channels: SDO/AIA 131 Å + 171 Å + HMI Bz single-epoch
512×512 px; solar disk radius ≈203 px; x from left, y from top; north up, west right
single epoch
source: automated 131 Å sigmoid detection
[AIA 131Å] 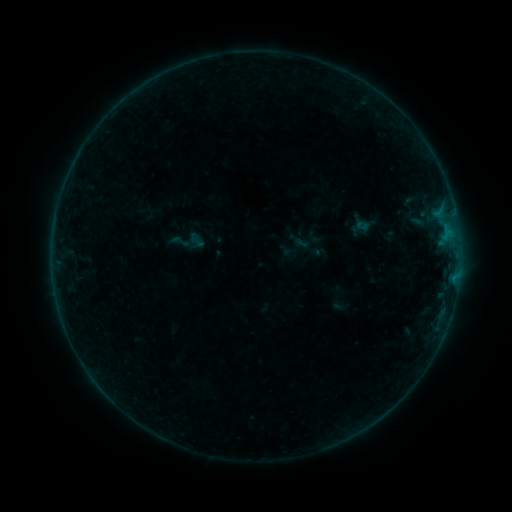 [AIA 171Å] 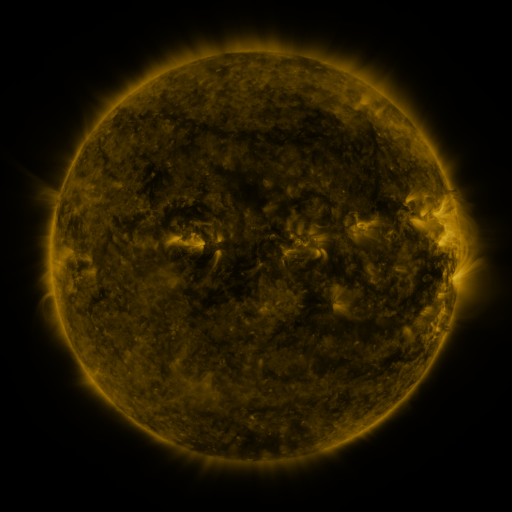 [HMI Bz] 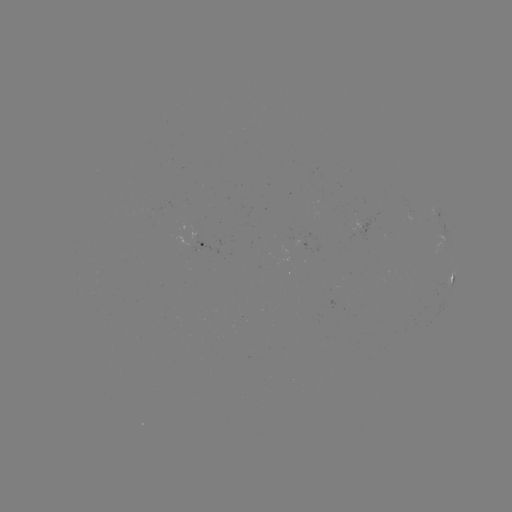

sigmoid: (170, 231, 191, 252)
